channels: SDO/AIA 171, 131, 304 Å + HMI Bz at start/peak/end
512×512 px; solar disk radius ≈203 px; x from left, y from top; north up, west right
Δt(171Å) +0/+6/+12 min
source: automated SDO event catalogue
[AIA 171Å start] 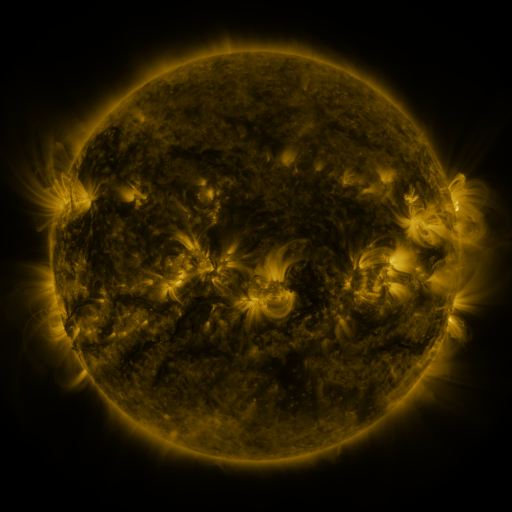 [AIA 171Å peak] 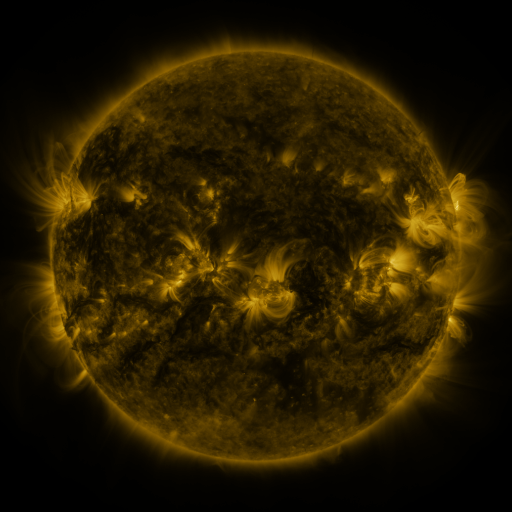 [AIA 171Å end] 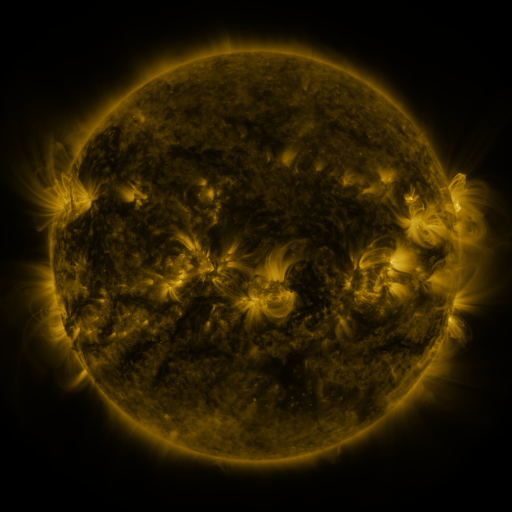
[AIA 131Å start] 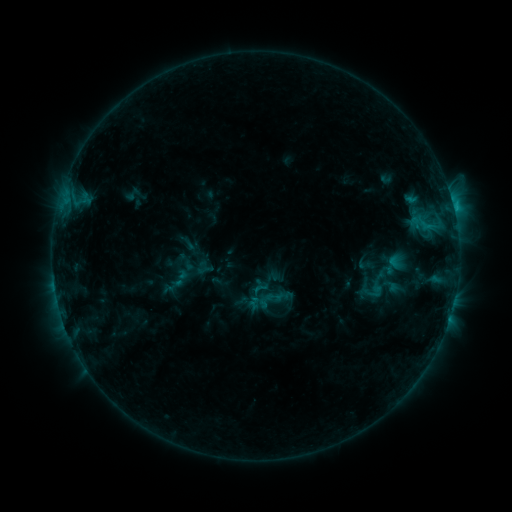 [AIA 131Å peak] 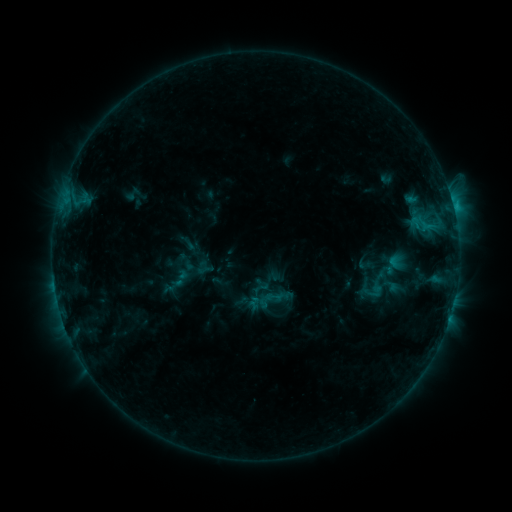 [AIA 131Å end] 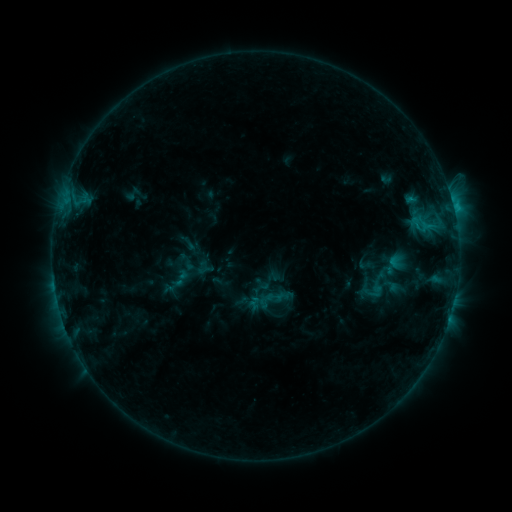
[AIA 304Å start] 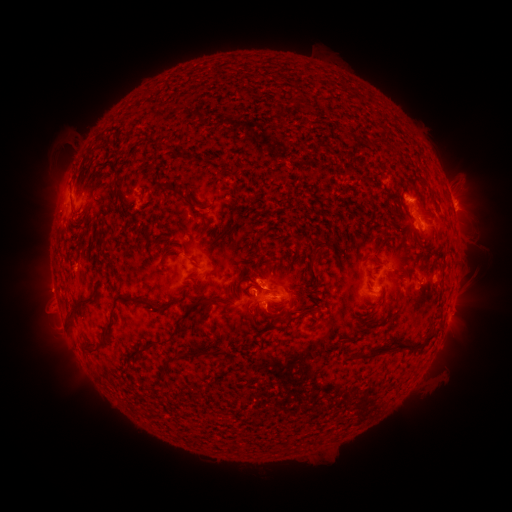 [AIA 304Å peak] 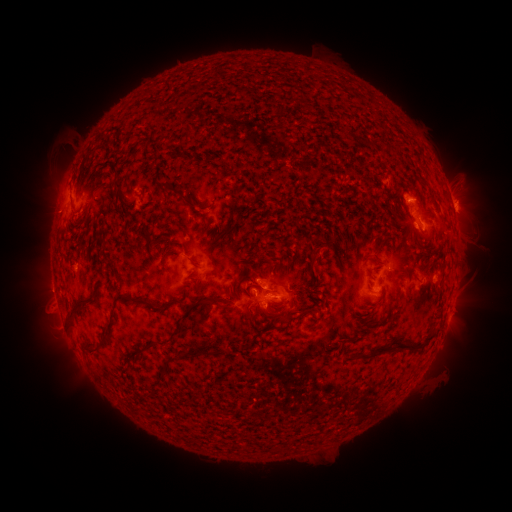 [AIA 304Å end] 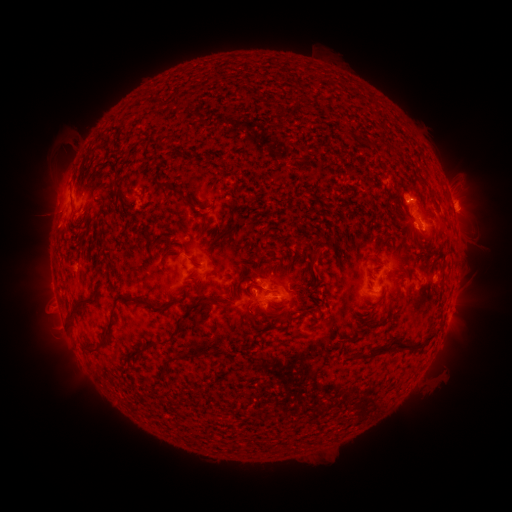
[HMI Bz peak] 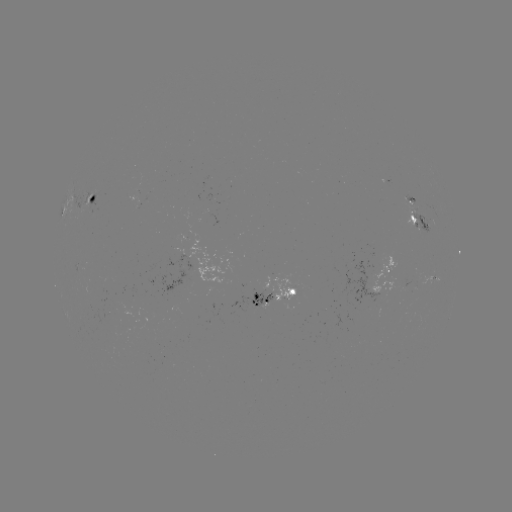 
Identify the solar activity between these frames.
eruption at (50, 214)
